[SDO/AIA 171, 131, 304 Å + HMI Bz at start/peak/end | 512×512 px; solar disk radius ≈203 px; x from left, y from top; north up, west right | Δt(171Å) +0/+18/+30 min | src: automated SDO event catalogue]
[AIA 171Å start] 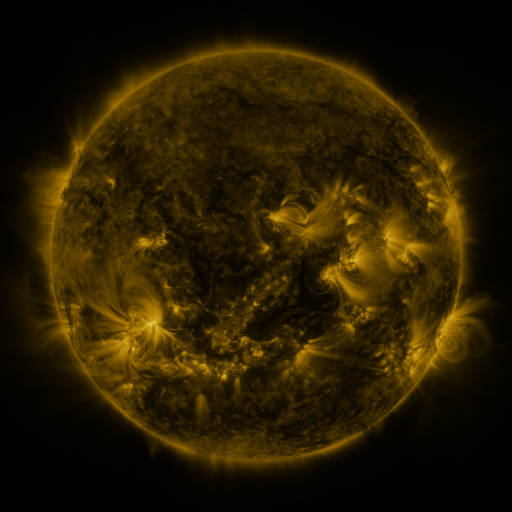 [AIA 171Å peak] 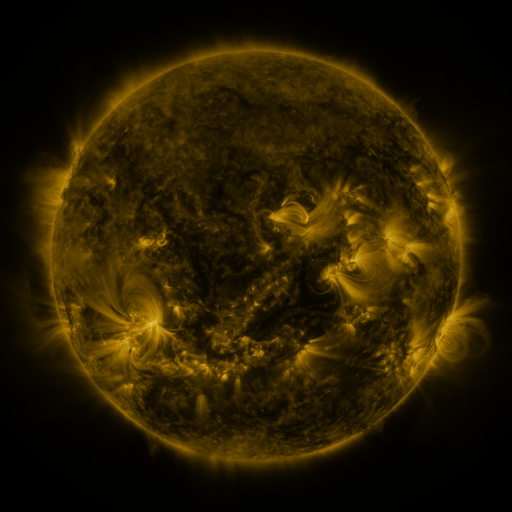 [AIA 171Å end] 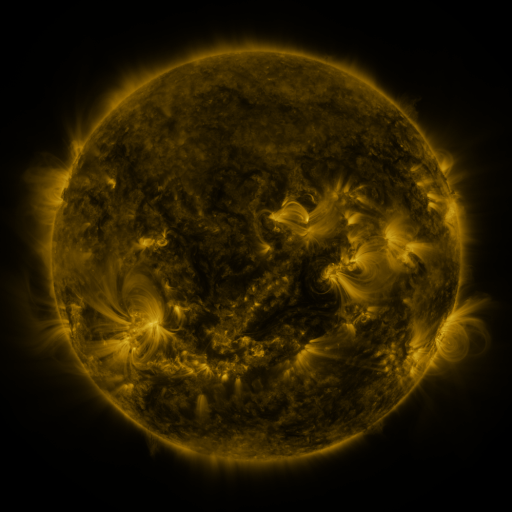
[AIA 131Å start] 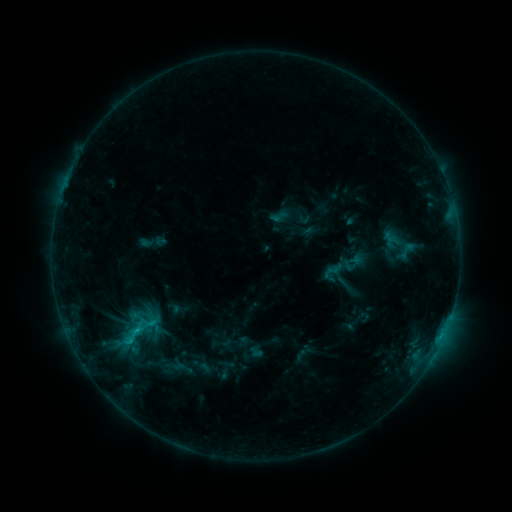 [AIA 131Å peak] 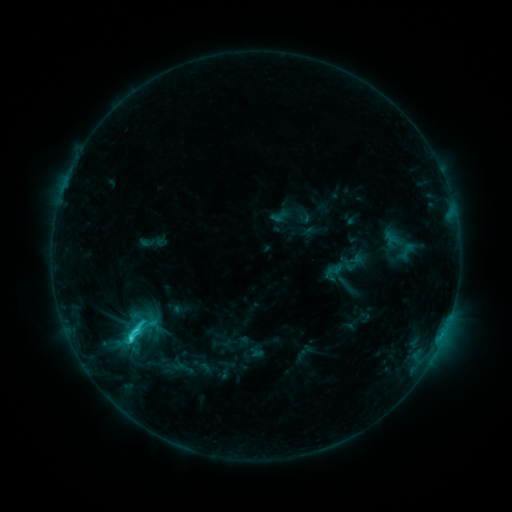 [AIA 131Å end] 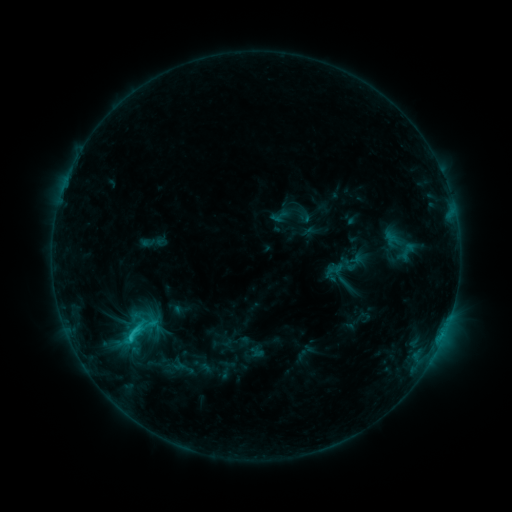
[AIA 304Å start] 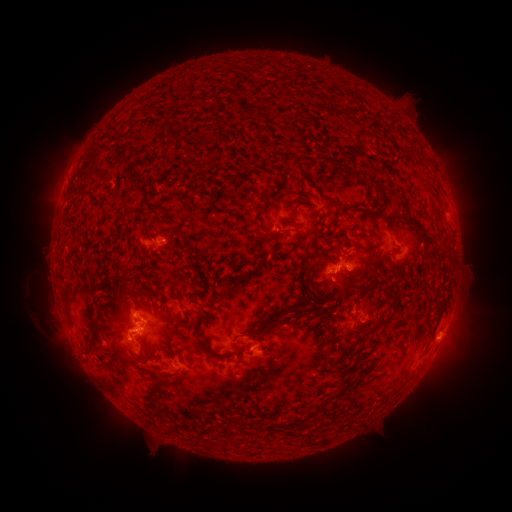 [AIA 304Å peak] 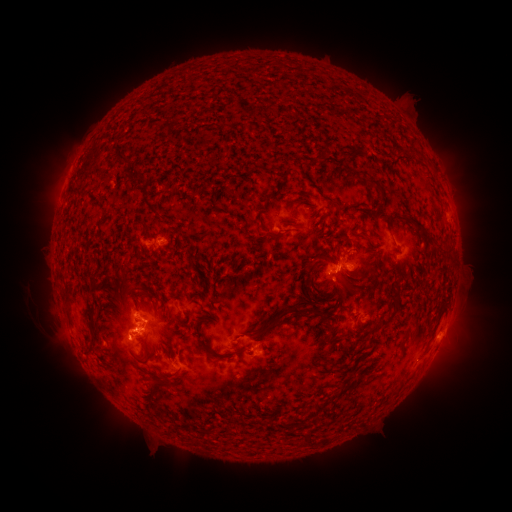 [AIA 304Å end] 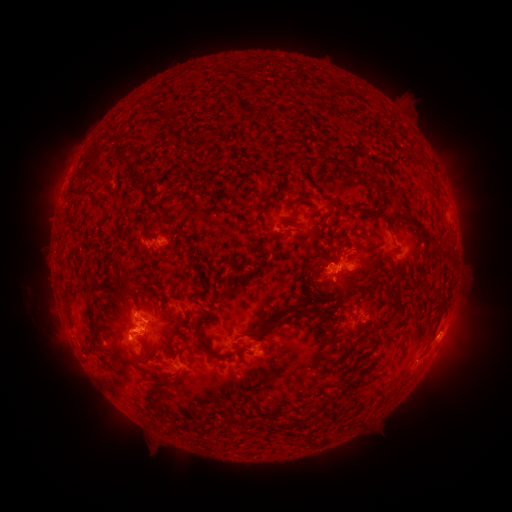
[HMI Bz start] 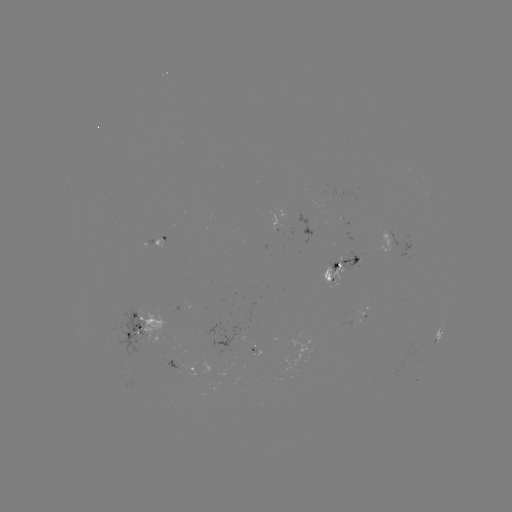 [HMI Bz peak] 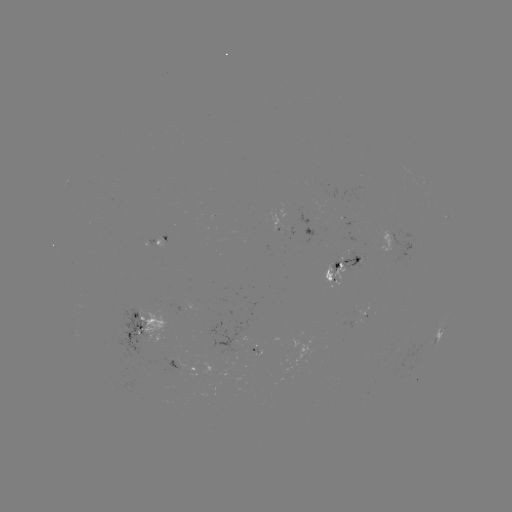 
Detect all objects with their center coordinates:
C2.6 flare: (131, 337)
